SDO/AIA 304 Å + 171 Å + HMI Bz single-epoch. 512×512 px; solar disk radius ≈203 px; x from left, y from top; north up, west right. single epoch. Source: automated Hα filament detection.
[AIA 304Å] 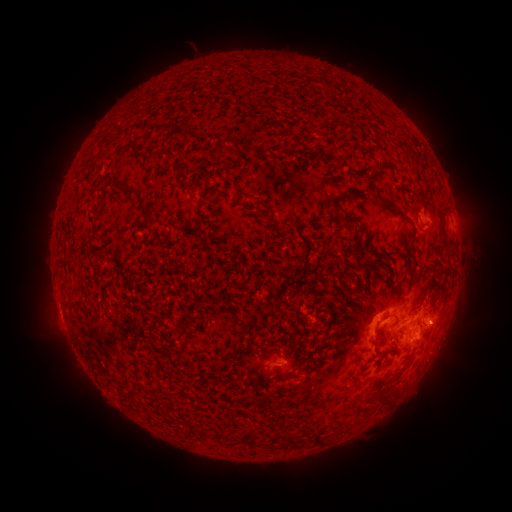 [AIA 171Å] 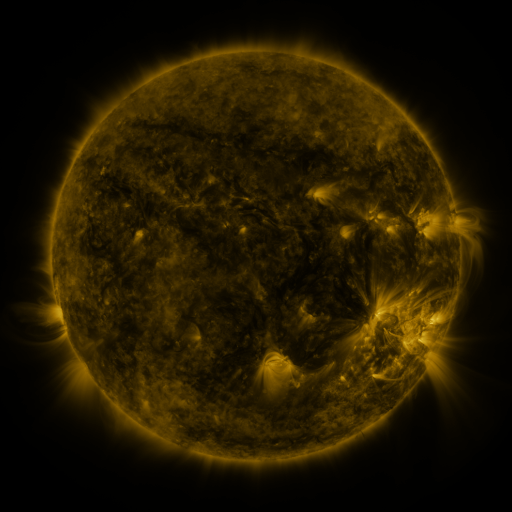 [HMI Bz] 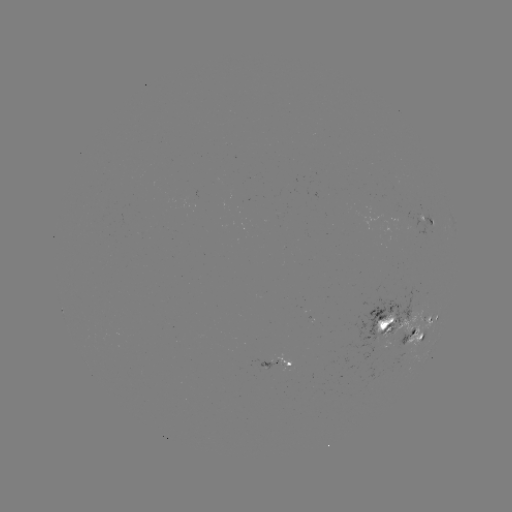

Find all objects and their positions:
filament: (192, 134)
filament: (232, 143)
filament: (290, 148)
filament: (384, 164)
filament: (178, 172)
filament: (126, 188)
filament: (377, 195)
filament: (190, 198)
filament: (339, 205)
filament: (142, 209)
filament: (441, 217)
filament: (153, 223)
filament: (285, 227)
filament: (357, 250)
filament: (396, 250)
filament: (301, 258)
filament: (285, 271)
filament: (267, 307)
filament: (397, 318)
filament: (402, 329)
filament: (383, 397)
filament: (212, 434)
filament: (319, 439)
filament: (293, 441)
